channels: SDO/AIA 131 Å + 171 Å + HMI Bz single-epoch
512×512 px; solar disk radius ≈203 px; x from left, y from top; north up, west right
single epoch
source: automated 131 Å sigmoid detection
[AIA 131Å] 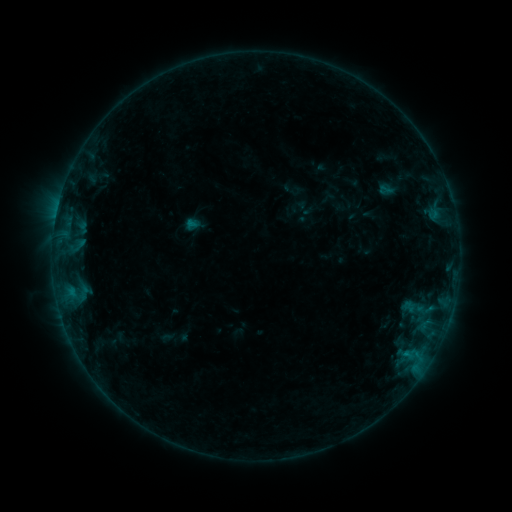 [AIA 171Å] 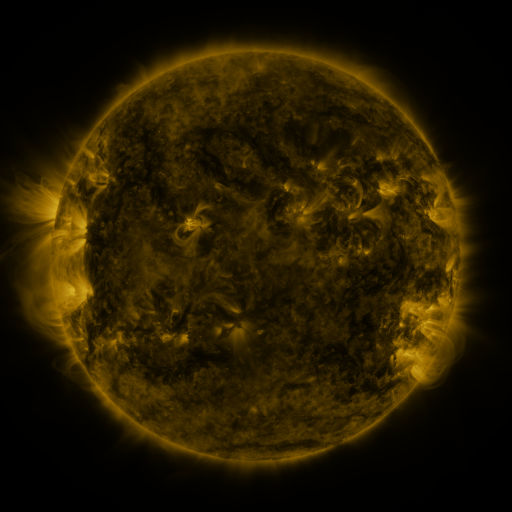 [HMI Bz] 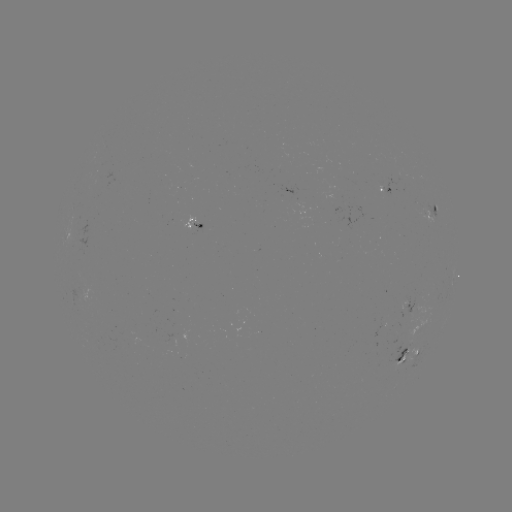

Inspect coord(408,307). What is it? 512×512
sigmoid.